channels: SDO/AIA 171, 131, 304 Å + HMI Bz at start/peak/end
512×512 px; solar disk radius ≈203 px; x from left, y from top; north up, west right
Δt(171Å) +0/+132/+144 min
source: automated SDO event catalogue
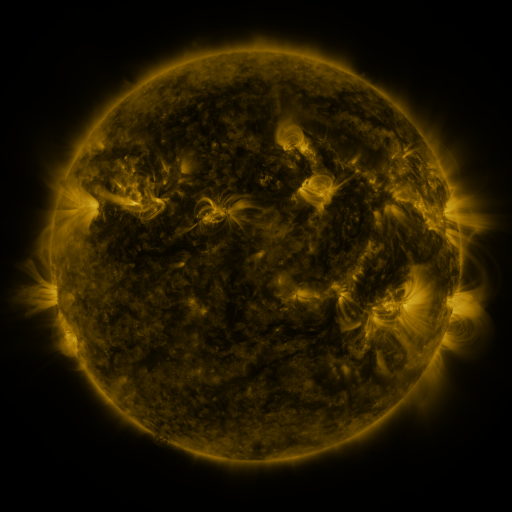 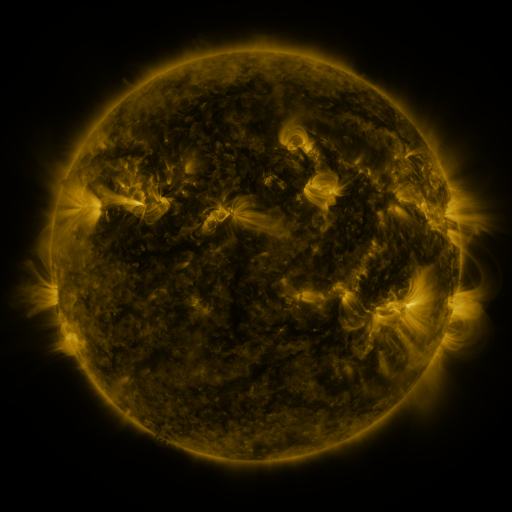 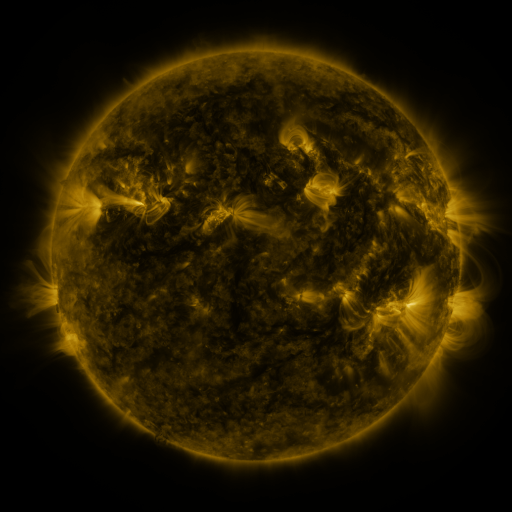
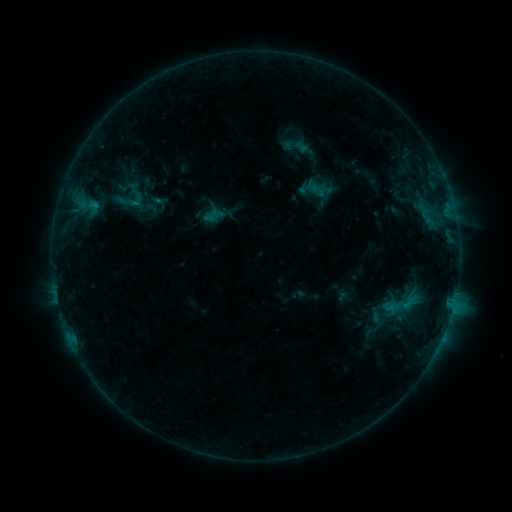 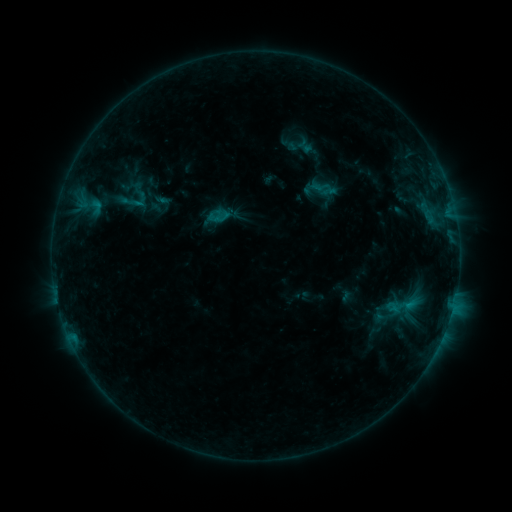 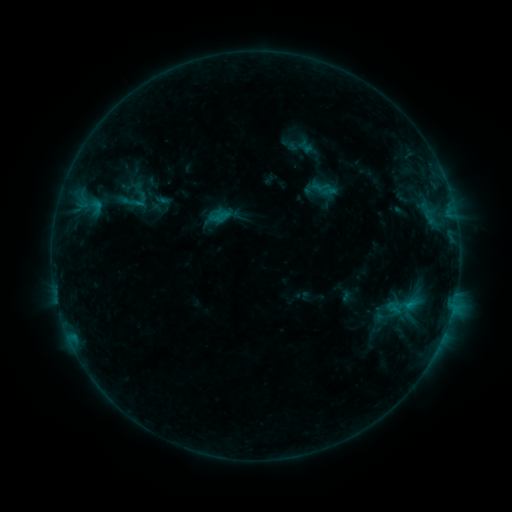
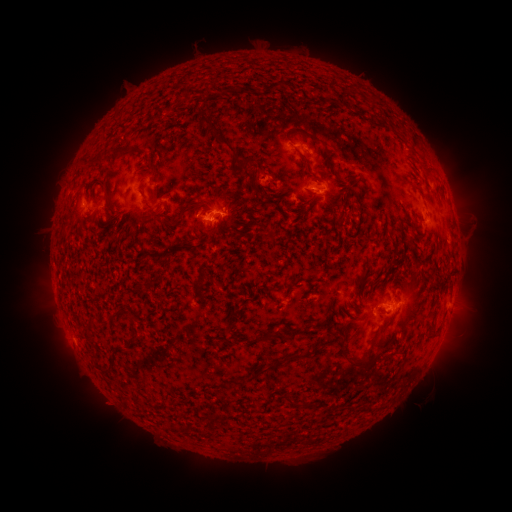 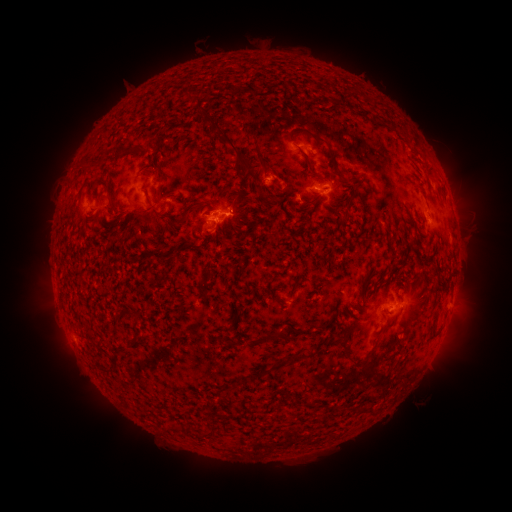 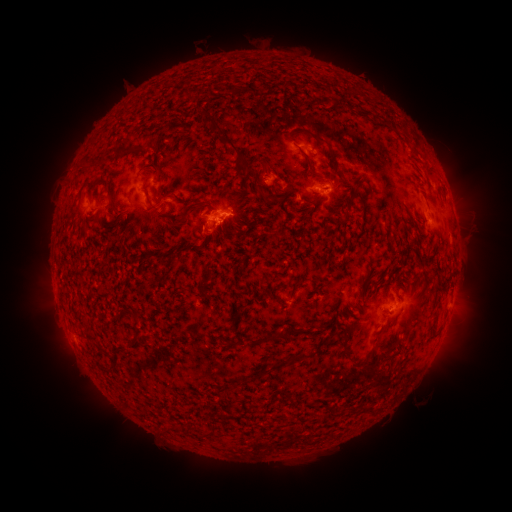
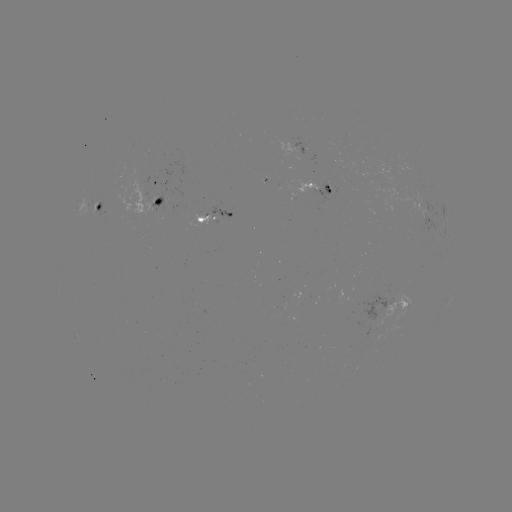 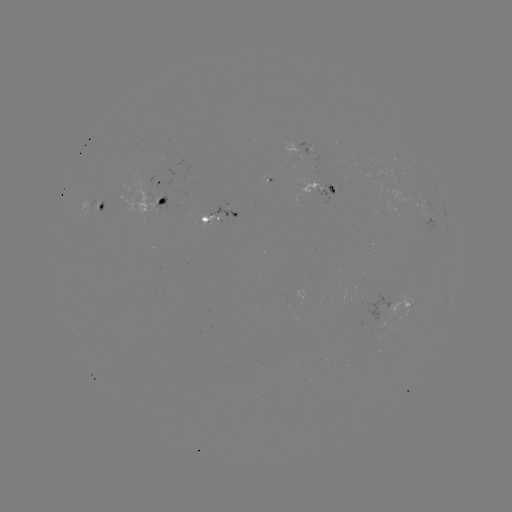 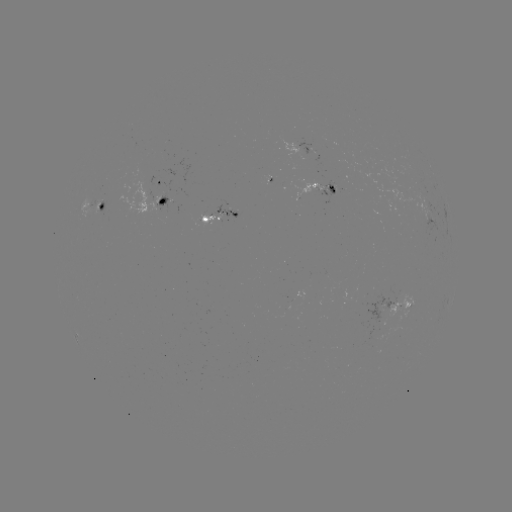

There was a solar emerging-flux region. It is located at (330, 185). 